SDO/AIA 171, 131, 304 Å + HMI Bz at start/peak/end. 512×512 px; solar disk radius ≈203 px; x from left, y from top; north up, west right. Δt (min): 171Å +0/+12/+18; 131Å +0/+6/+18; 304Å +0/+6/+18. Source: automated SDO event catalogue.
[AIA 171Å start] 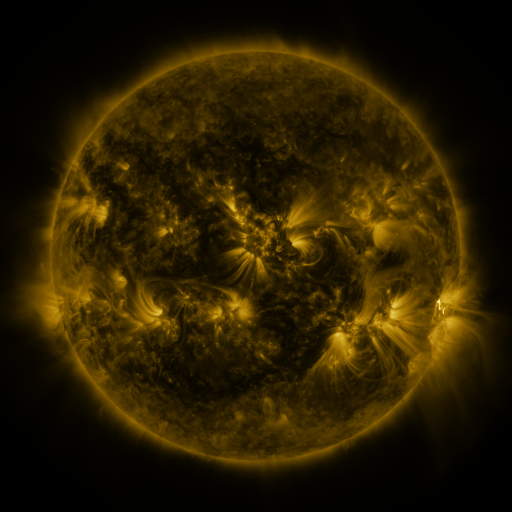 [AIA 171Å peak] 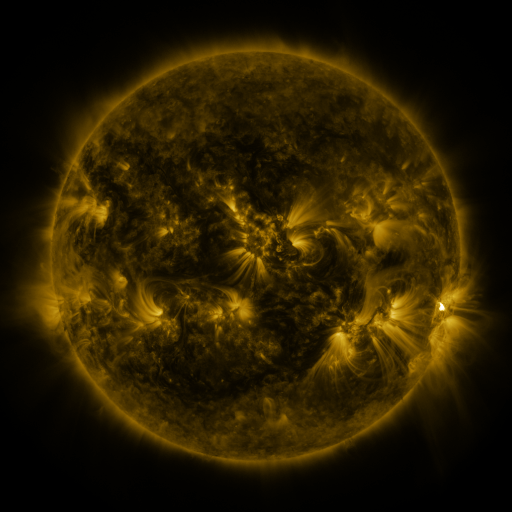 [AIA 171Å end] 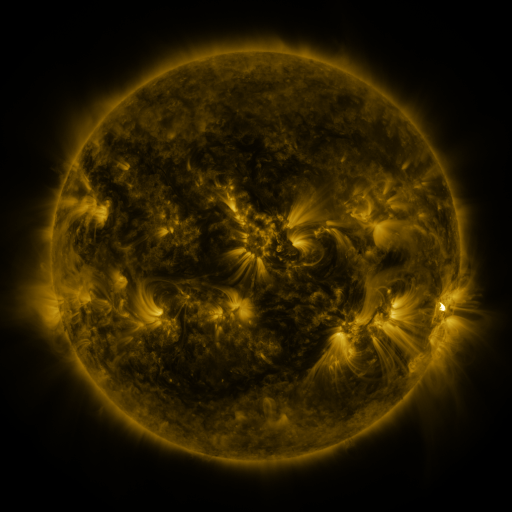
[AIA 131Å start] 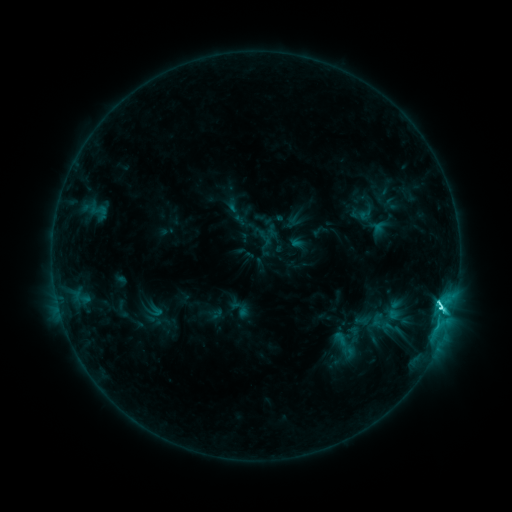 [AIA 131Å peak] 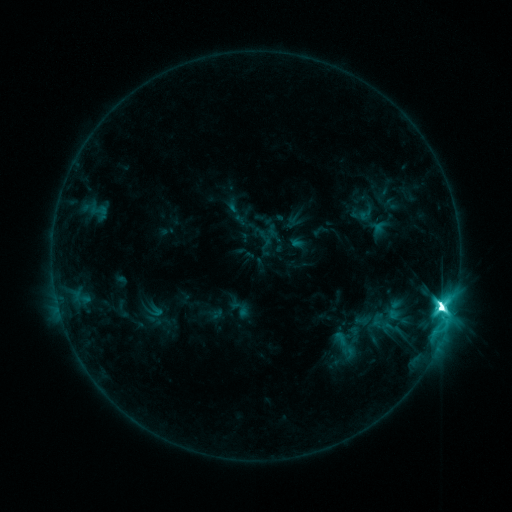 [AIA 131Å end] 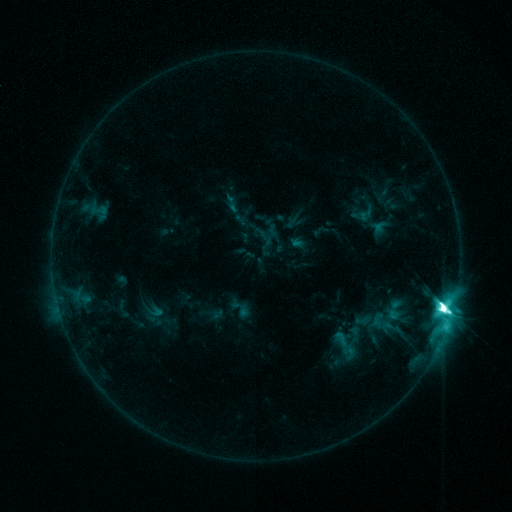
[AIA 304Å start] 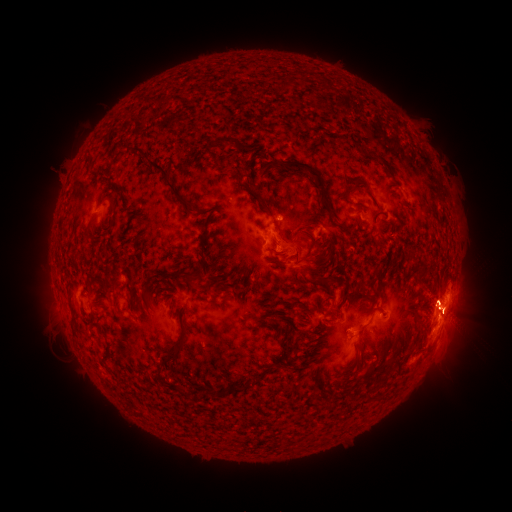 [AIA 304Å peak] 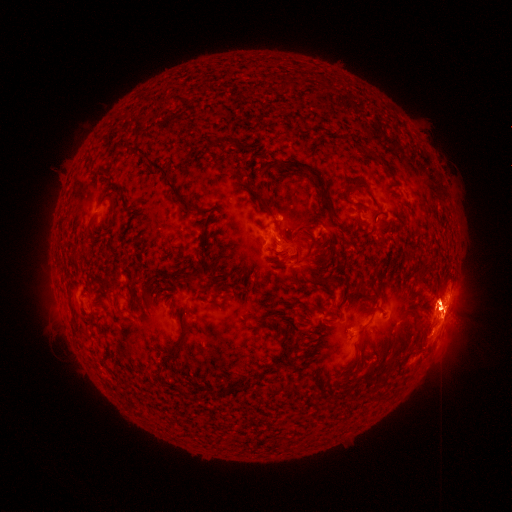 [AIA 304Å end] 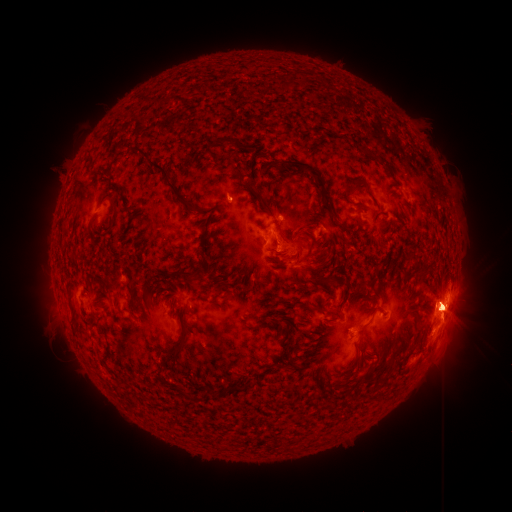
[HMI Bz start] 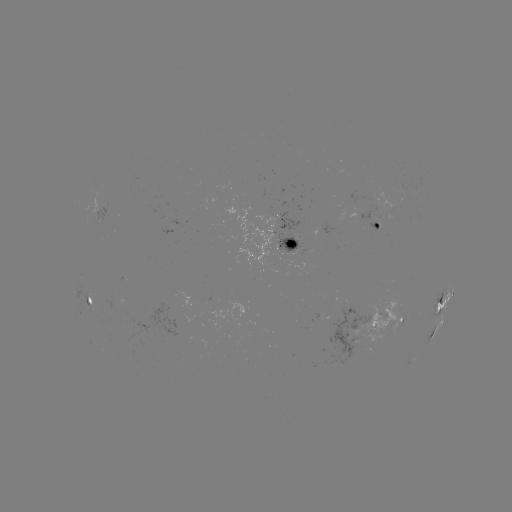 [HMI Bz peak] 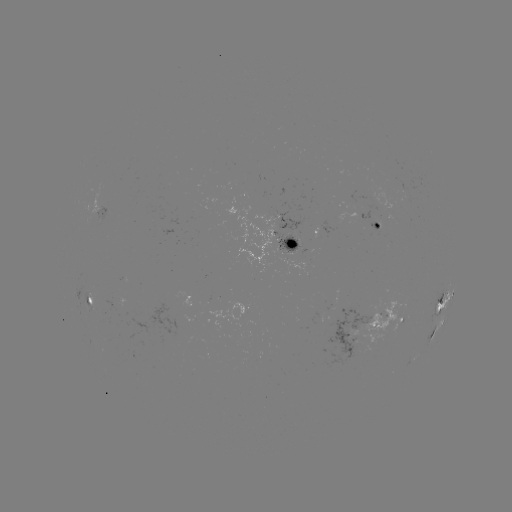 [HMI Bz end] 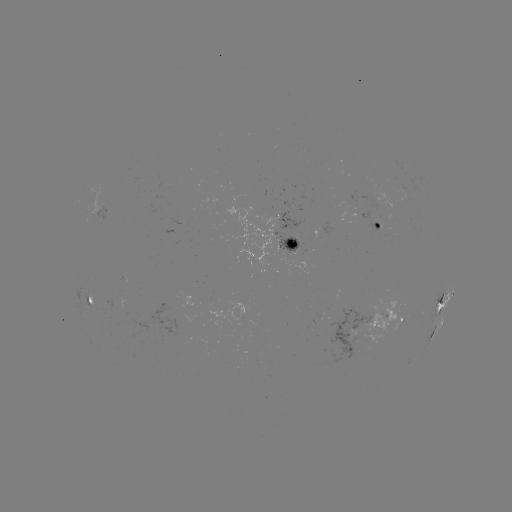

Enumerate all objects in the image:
eruption: (448, 313)
